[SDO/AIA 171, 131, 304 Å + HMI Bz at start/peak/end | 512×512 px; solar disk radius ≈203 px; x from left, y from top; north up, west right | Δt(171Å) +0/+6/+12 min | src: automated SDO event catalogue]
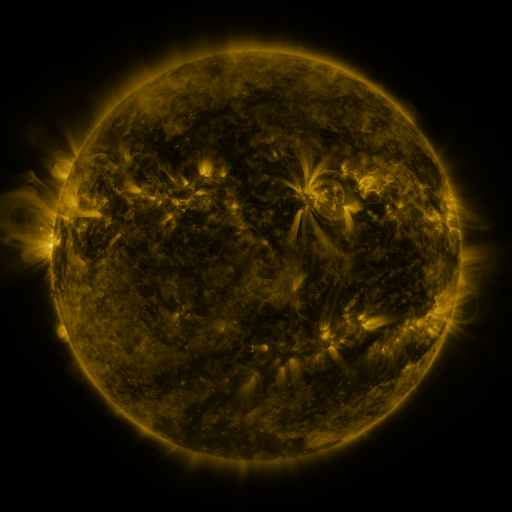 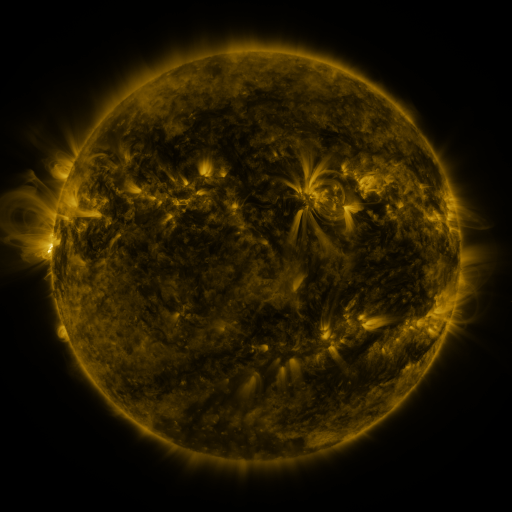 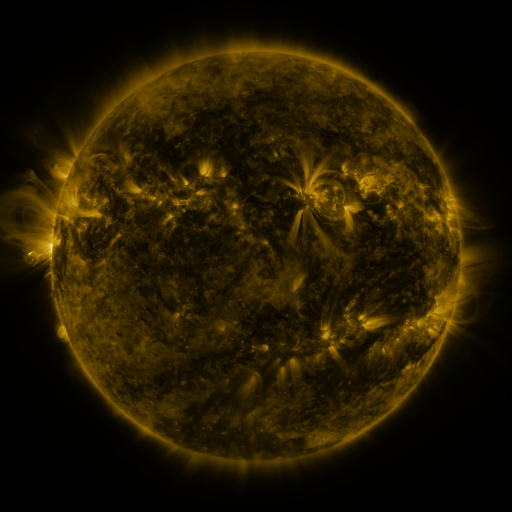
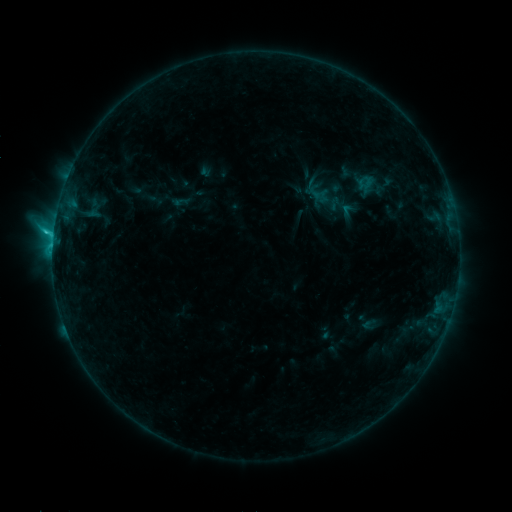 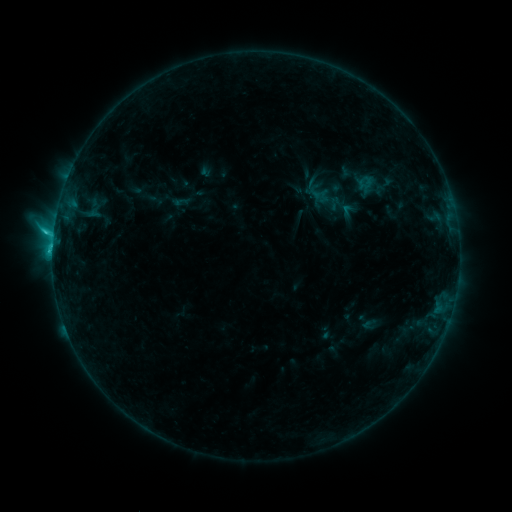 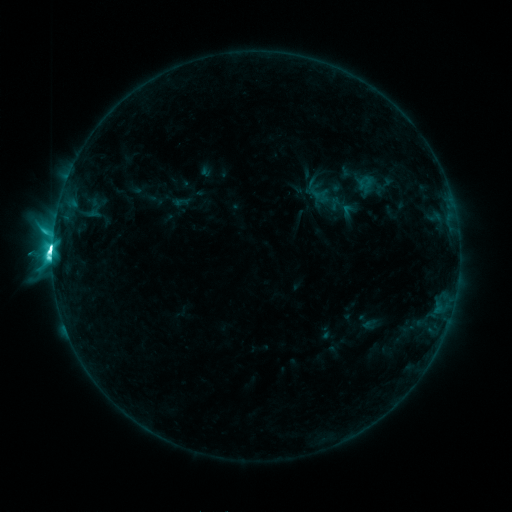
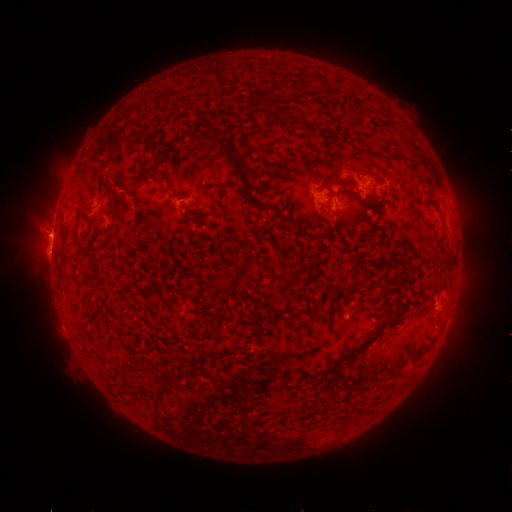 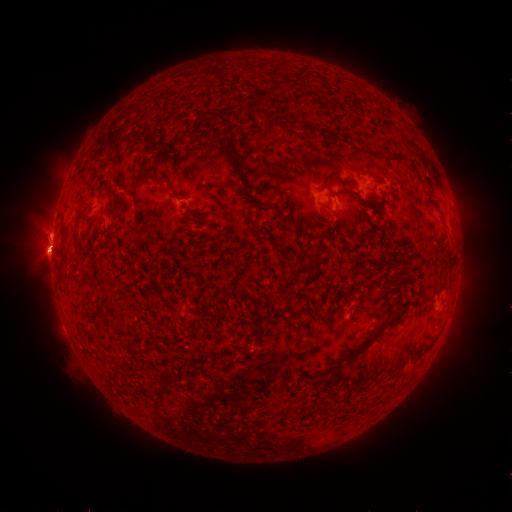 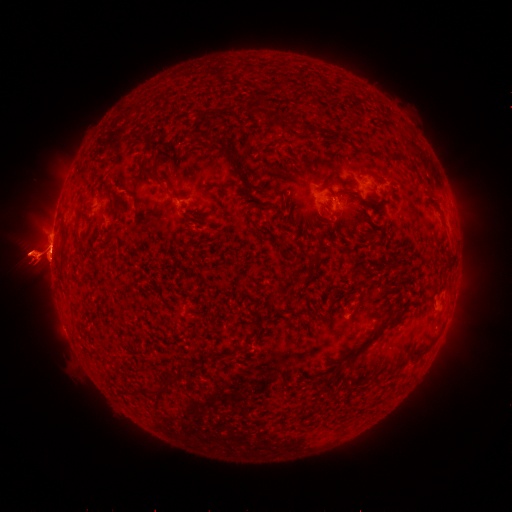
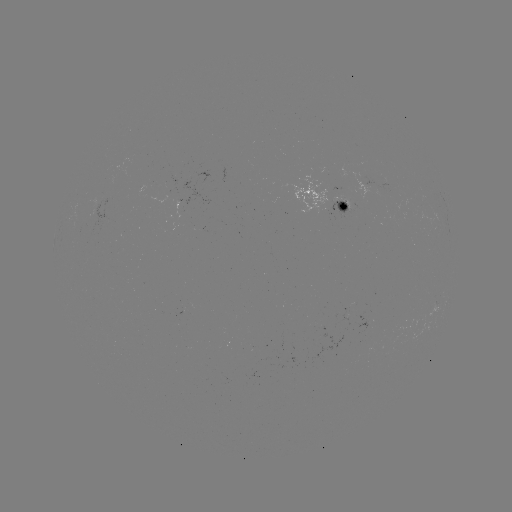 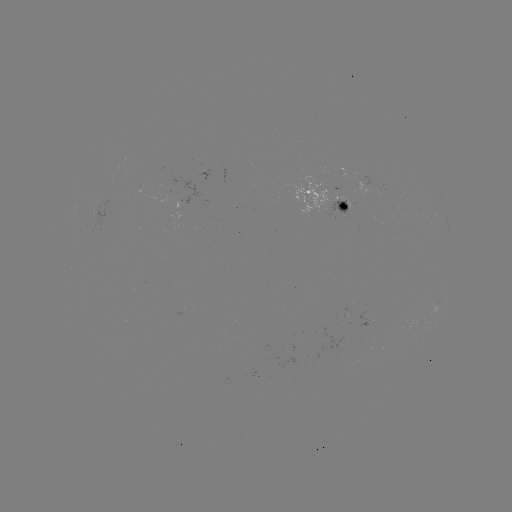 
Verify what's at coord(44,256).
eruption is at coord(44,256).